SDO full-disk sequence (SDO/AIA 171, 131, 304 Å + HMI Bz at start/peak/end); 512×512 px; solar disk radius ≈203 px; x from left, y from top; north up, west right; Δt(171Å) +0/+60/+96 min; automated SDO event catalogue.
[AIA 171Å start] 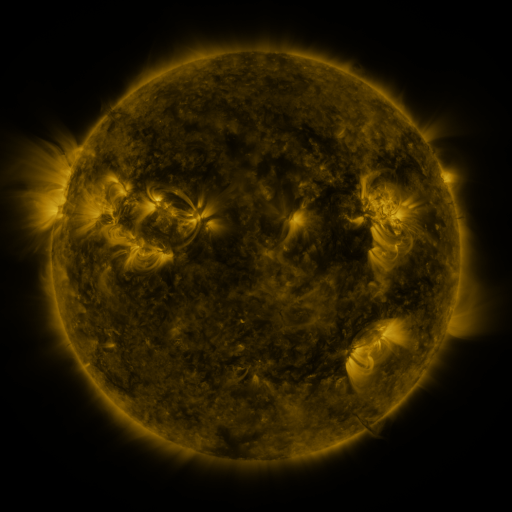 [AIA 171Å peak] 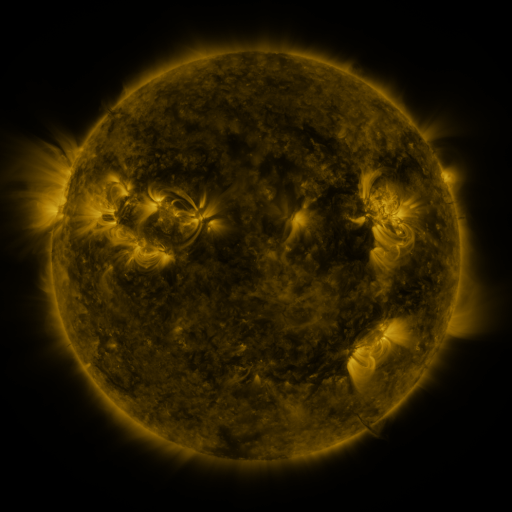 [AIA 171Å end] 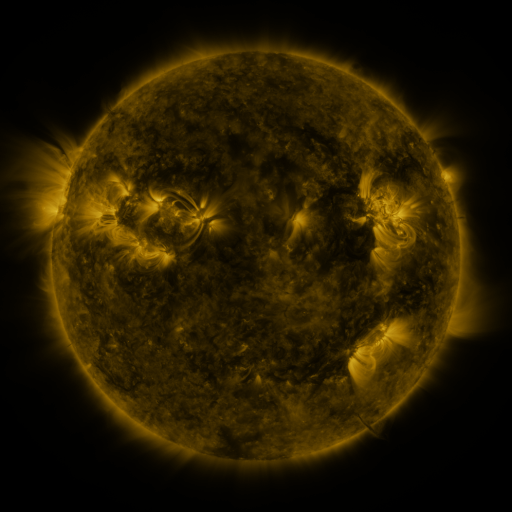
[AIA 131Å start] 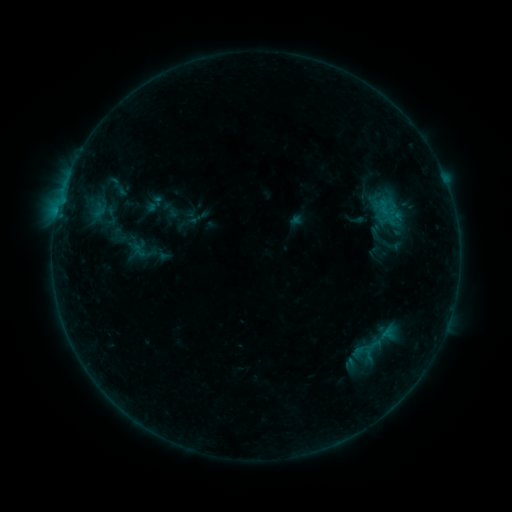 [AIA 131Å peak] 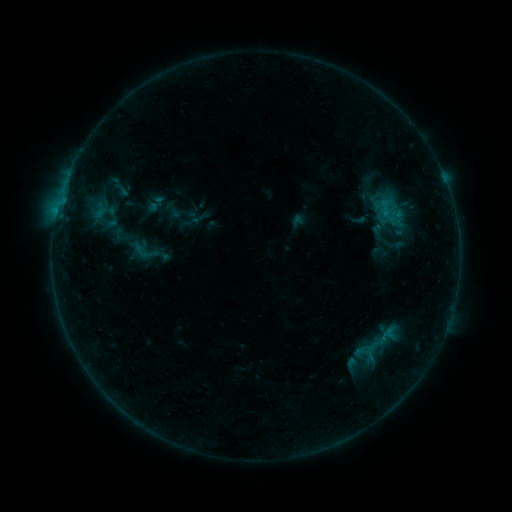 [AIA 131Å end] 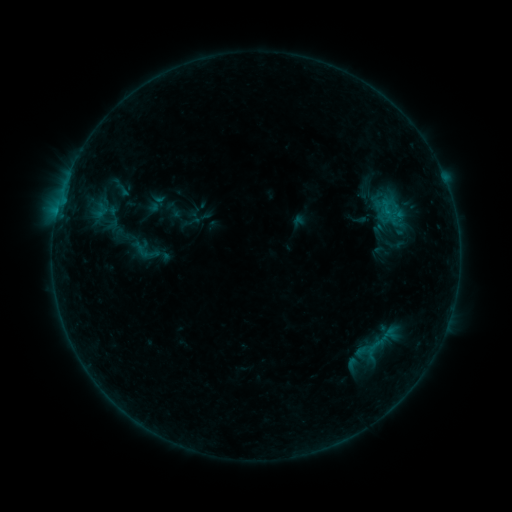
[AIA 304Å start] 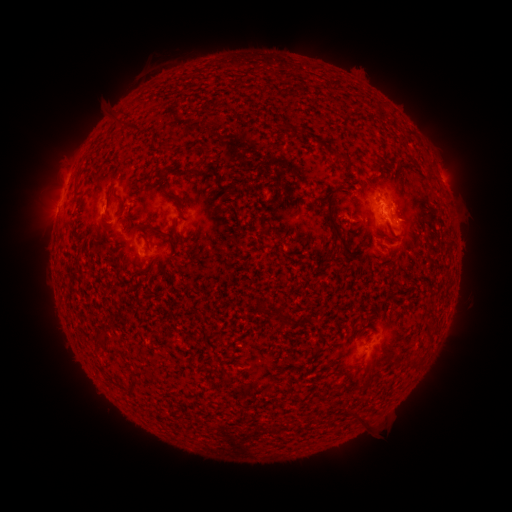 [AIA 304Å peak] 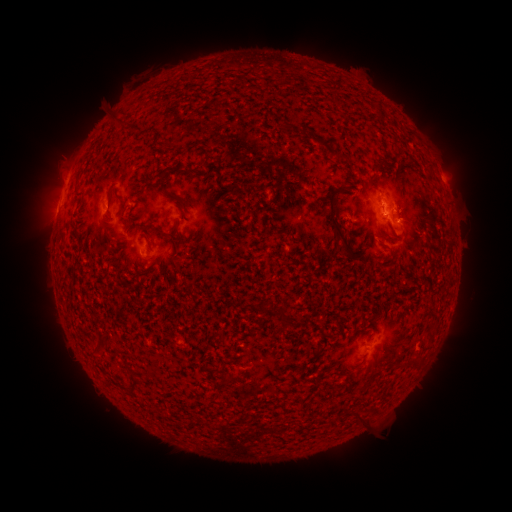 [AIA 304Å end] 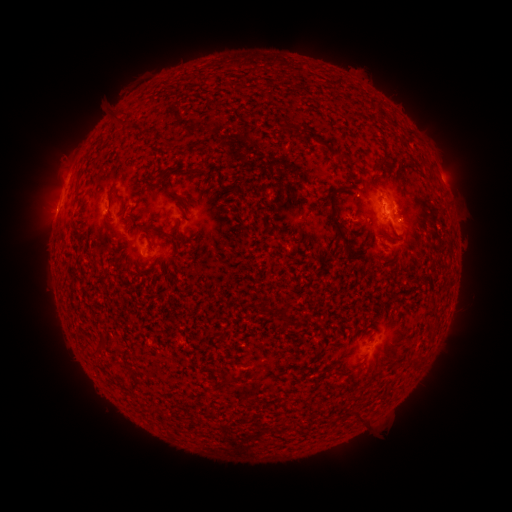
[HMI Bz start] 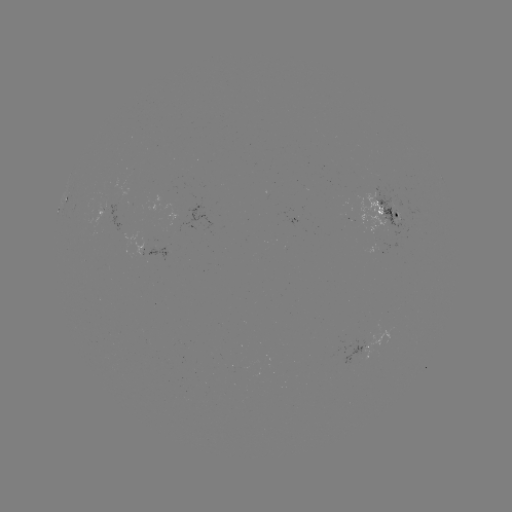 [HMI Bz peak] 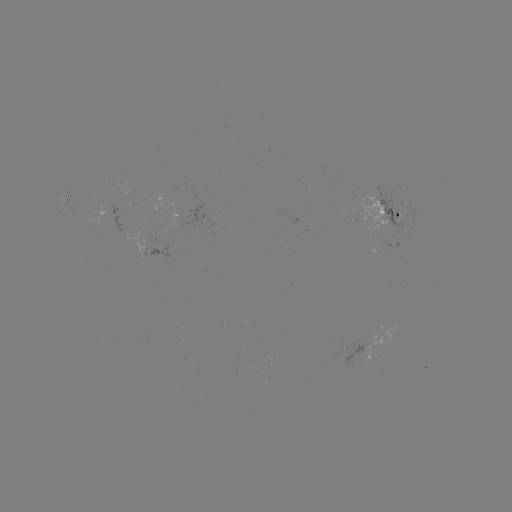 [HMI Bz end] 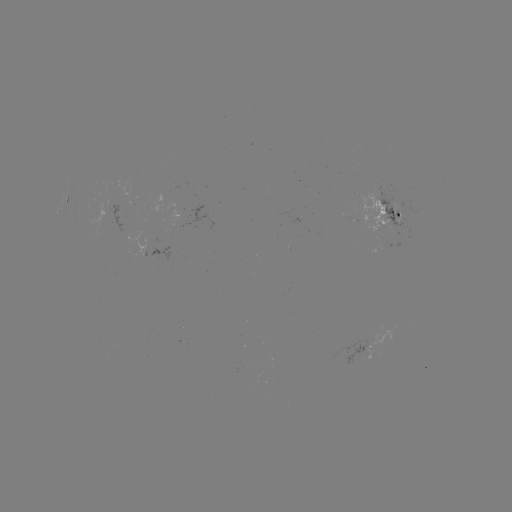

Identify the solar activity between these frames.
emerging-flux region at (381, 249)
